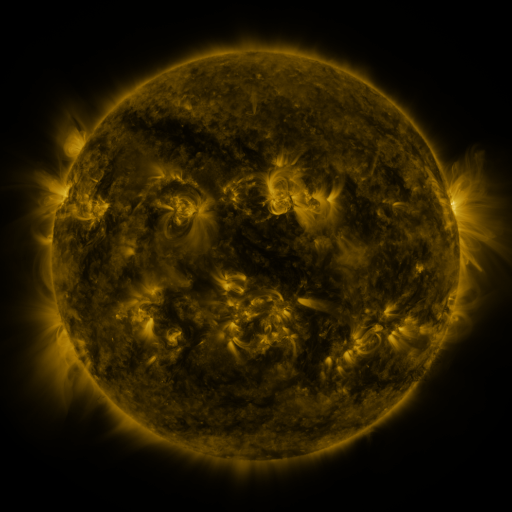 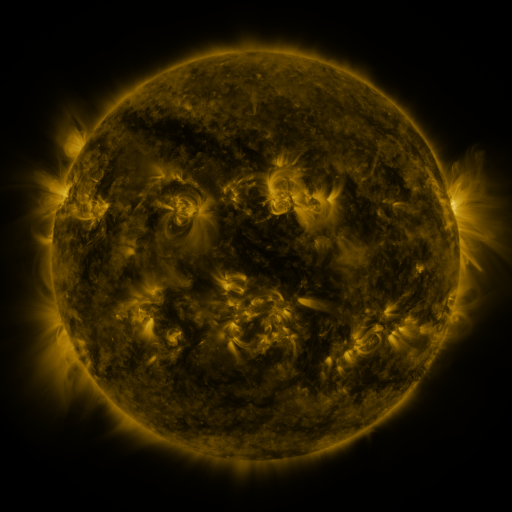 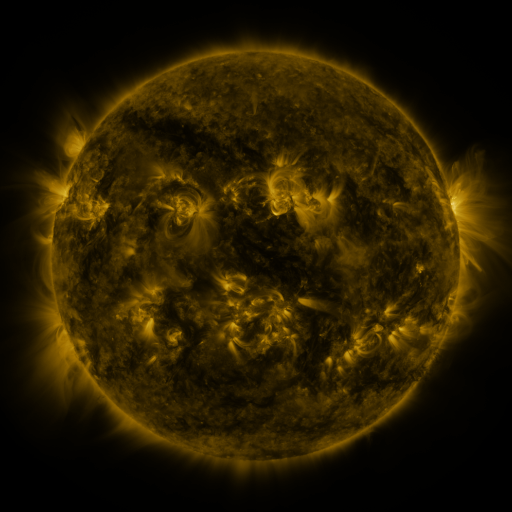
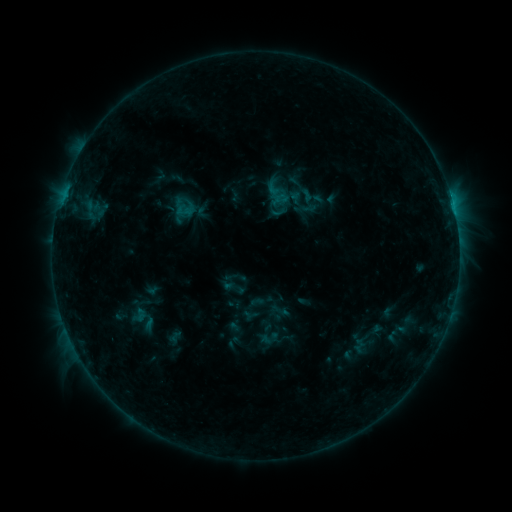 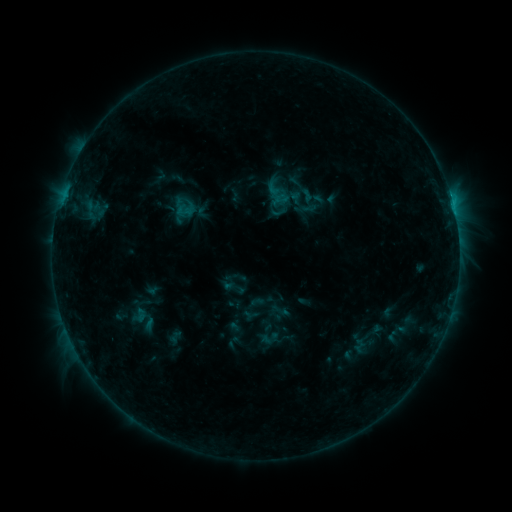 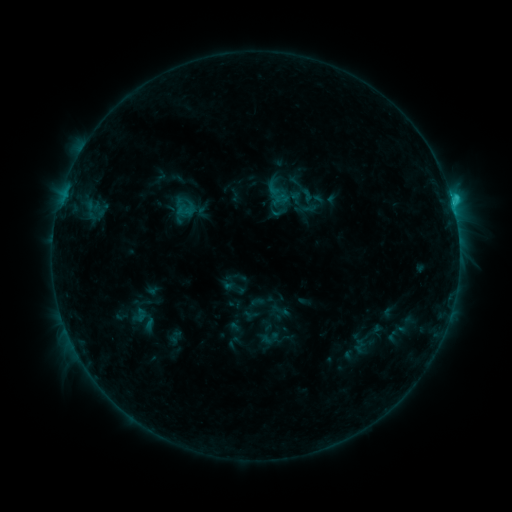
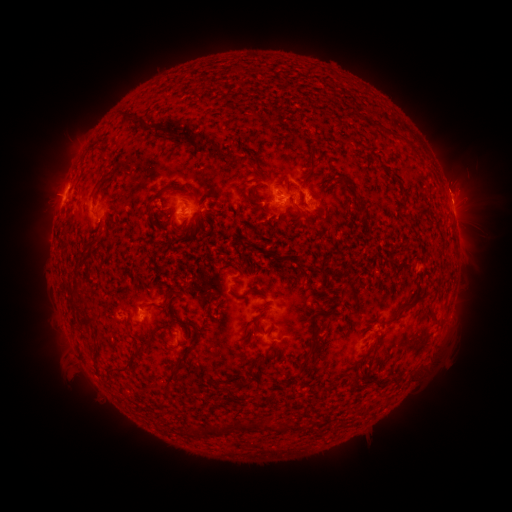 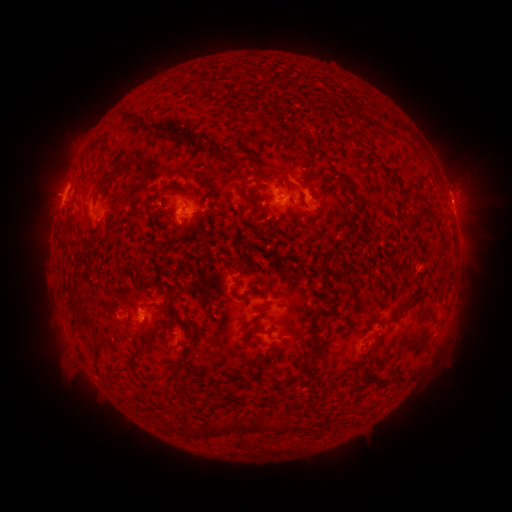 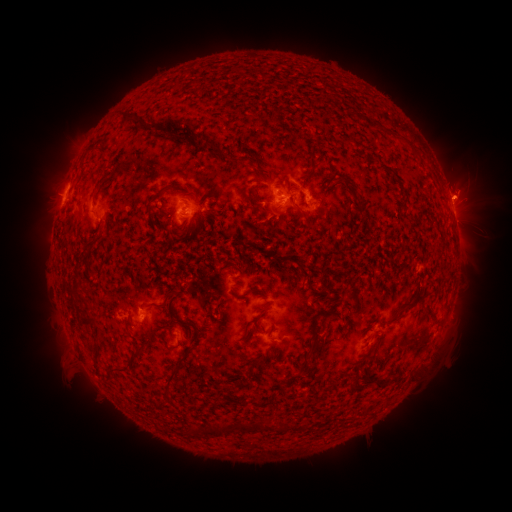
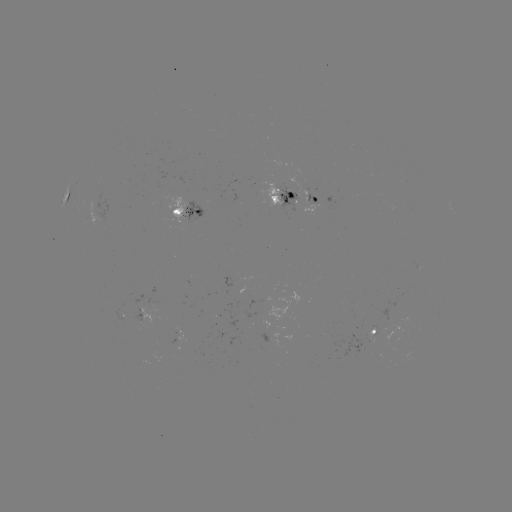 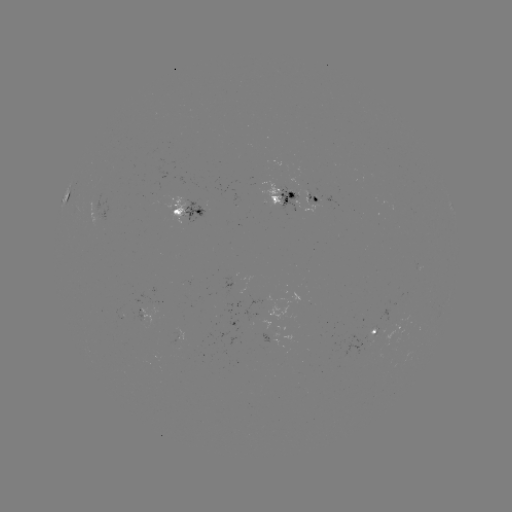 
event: eruption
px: (462, 243)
